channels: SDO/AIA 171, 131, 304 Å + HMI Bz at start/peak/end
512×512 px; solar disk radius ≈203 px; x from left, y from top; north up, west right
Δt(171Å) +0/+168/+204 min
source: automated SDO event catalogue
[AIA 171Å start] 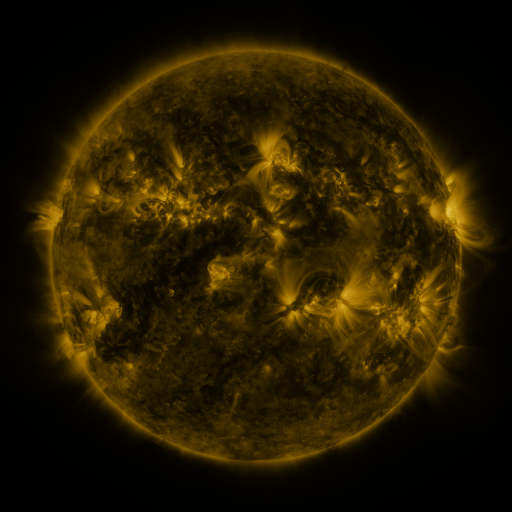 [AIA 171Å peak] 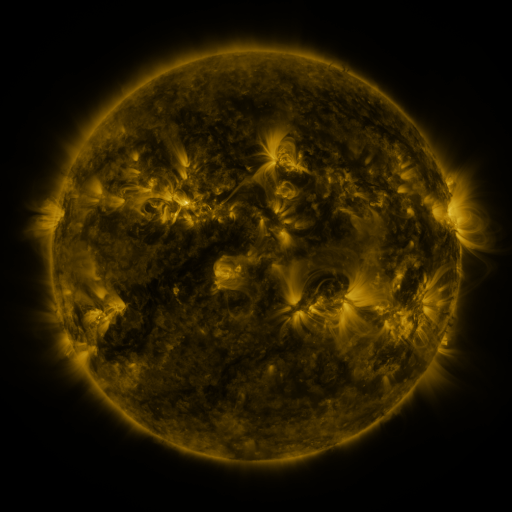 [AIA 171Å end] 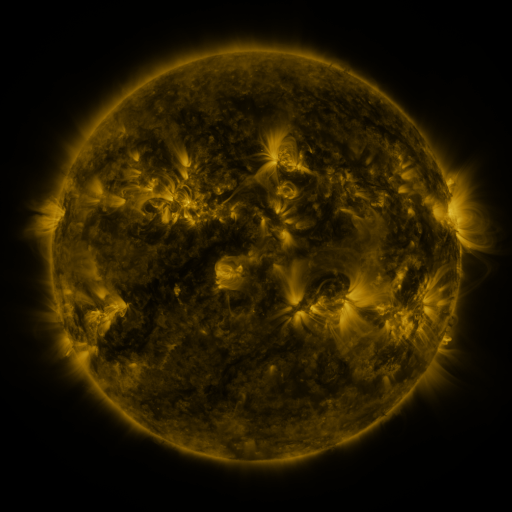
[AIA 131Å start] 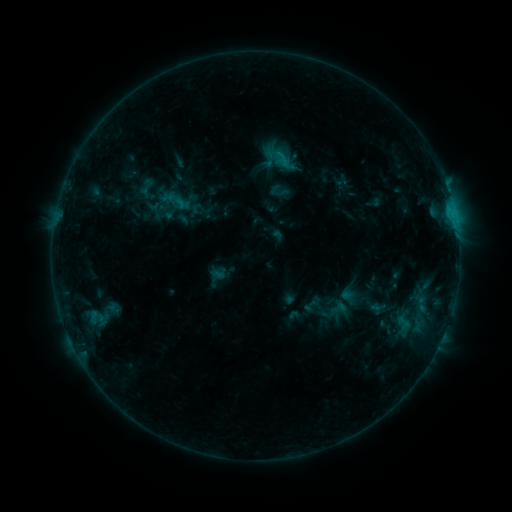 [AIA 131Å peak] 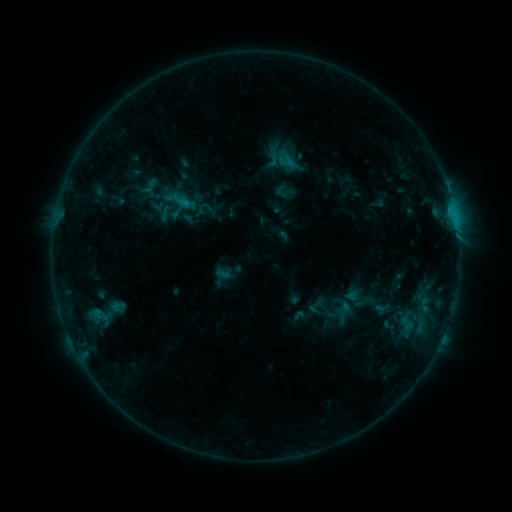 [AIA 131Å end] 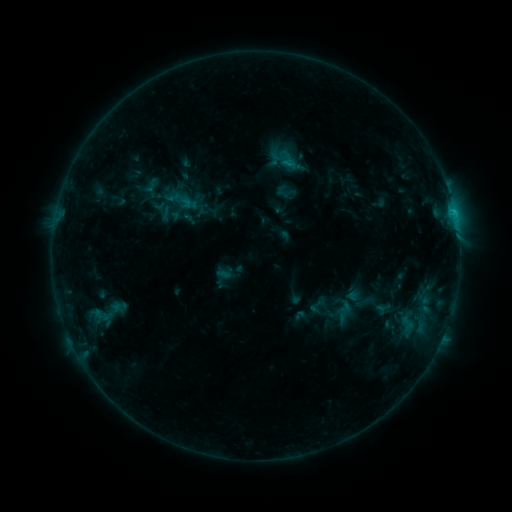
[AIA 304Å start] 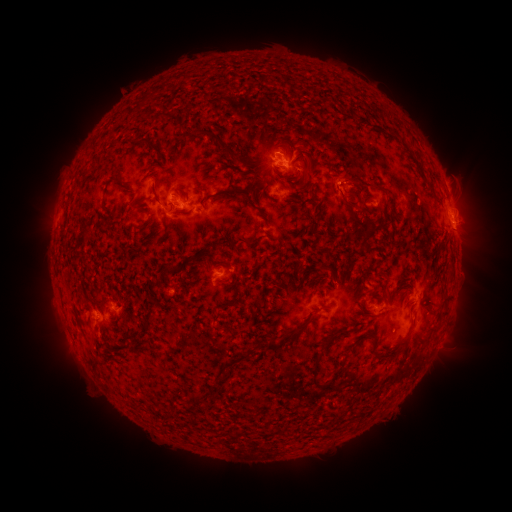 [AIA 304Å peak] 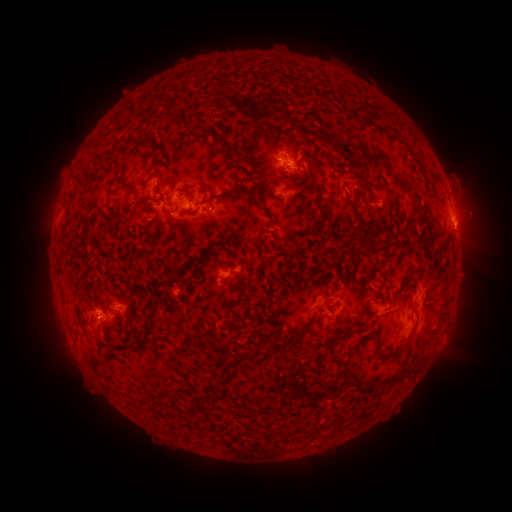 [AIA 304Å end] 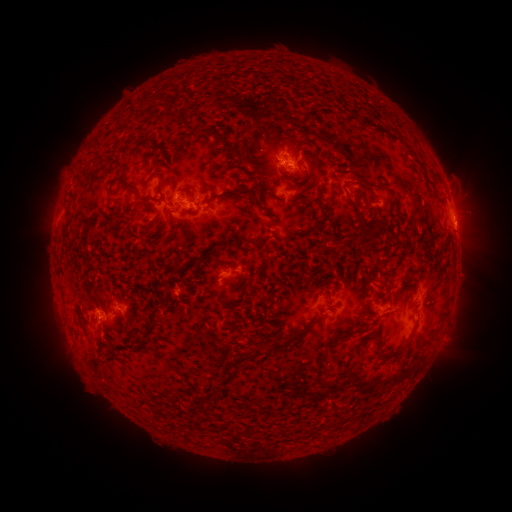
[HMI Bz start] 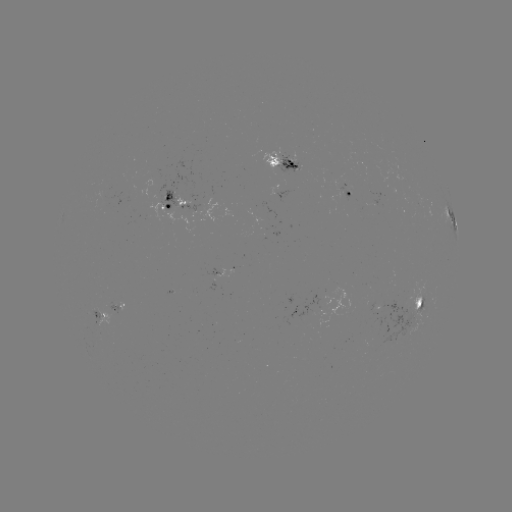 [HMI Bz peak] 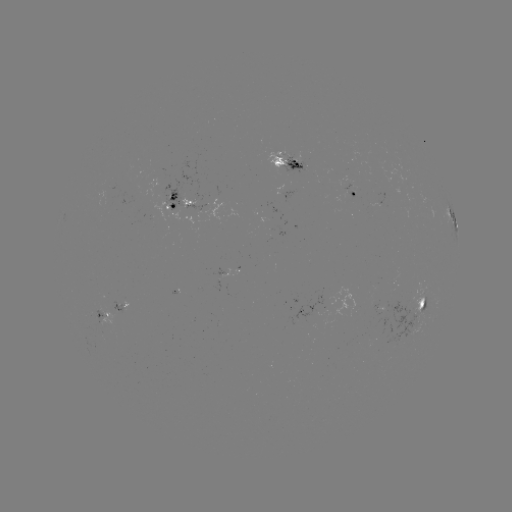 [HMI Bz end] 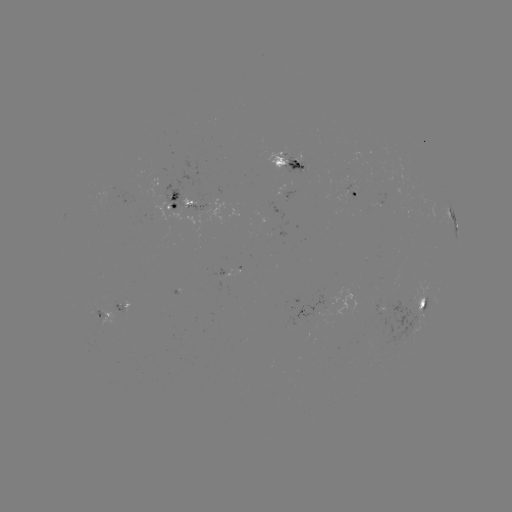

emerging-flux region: [280, 153, 307, 174]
